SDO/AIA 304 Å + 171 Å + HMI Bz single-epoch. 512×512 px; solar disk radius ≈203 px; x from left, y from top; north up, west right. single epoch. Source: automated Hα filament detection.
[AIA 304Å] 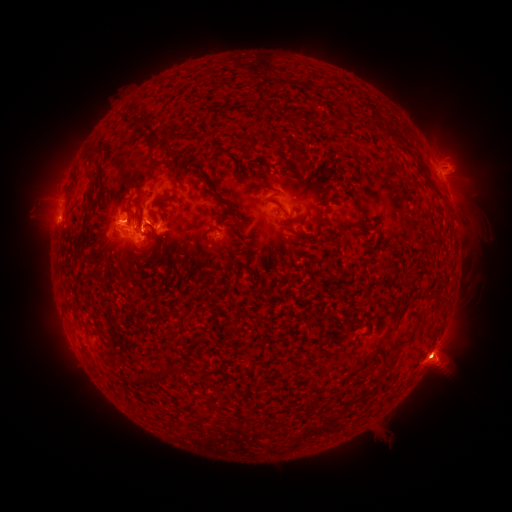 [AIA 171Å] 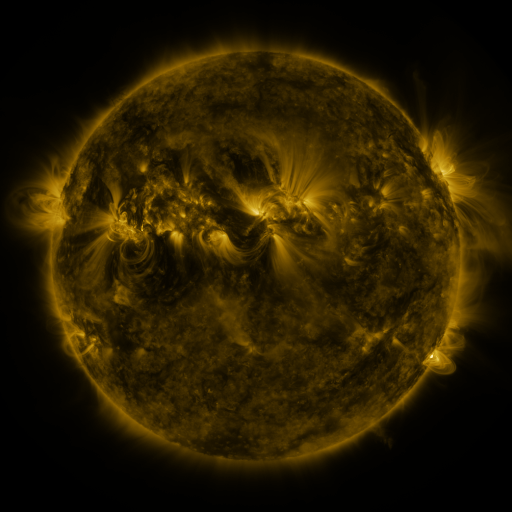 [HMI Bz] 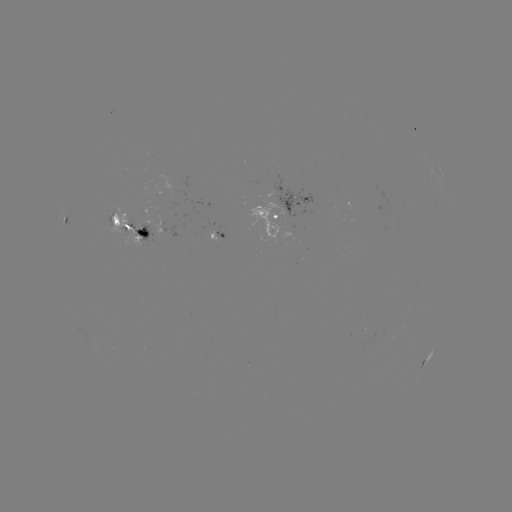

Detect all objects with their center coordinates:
filament: (149, 121)
filament: (392, 133)
filament: (164, 134)
filament: (151, 157)
filament: (313, 177)
filament: (429, 182)
filament: (140, 184)
filament: (259, 186)
filament: (217, 197)
filament: (88, 203)
filament: (361, 208)
filament: (318, 214)
filament: (129, 219)
filament: (224, 221)
filament: (152, 228)
filament: (303, 235)
filament: (161, 241)
filament: (245, 259)
filament: (399, 316)
filament: (263, 349)
filament: (164, 372)
